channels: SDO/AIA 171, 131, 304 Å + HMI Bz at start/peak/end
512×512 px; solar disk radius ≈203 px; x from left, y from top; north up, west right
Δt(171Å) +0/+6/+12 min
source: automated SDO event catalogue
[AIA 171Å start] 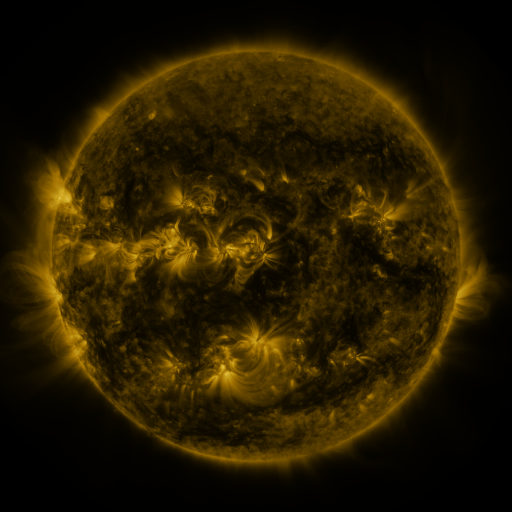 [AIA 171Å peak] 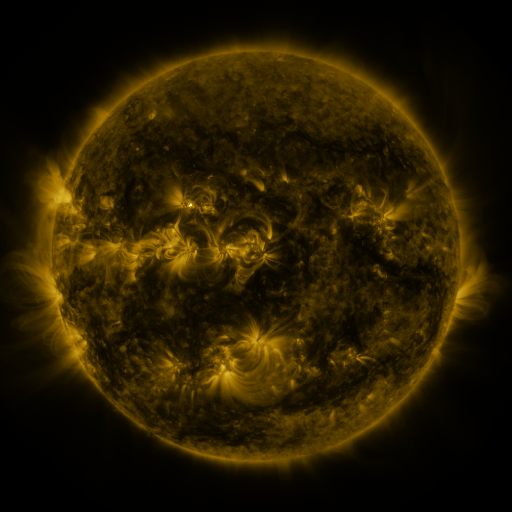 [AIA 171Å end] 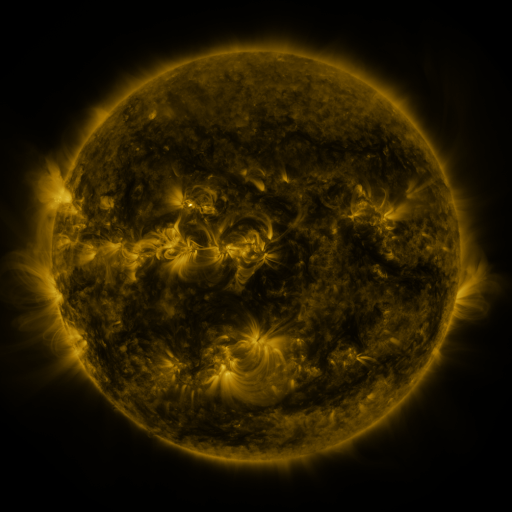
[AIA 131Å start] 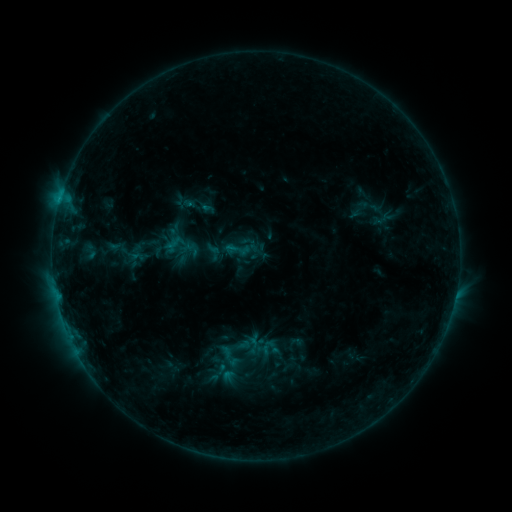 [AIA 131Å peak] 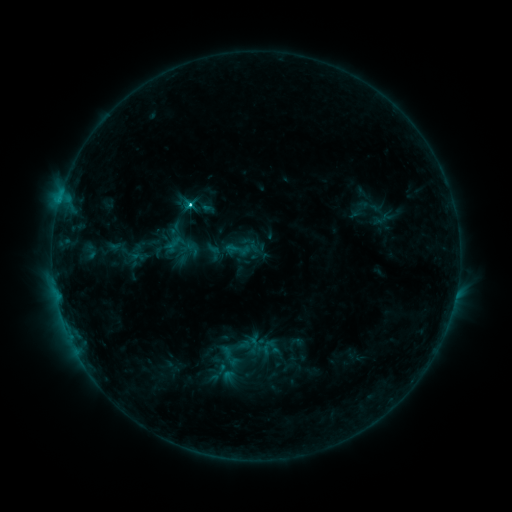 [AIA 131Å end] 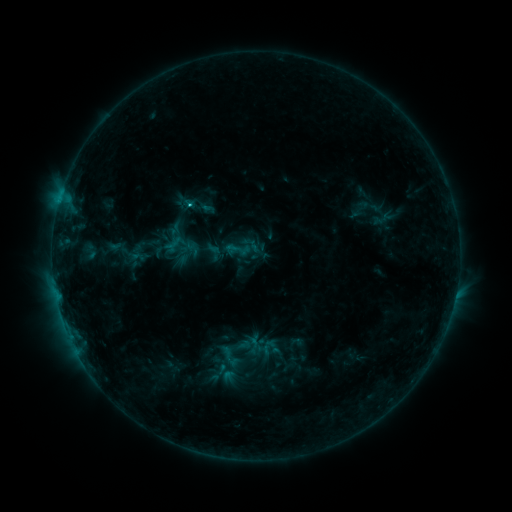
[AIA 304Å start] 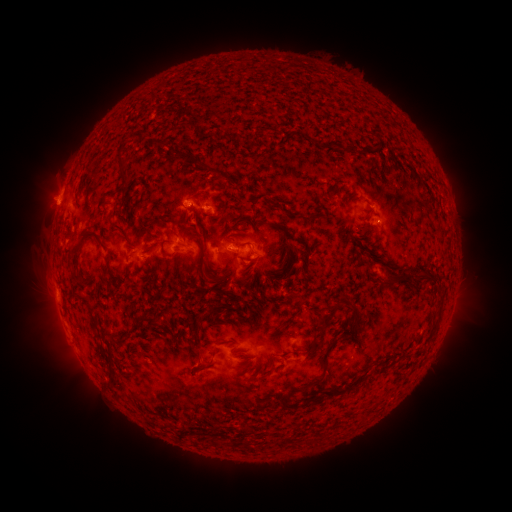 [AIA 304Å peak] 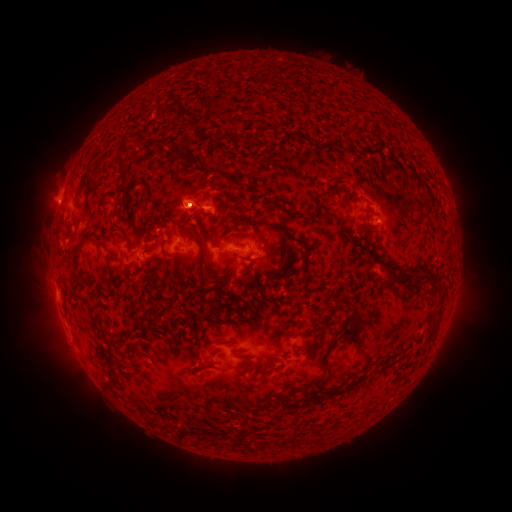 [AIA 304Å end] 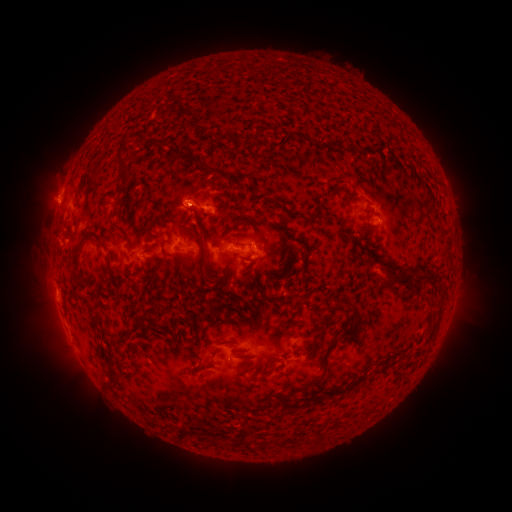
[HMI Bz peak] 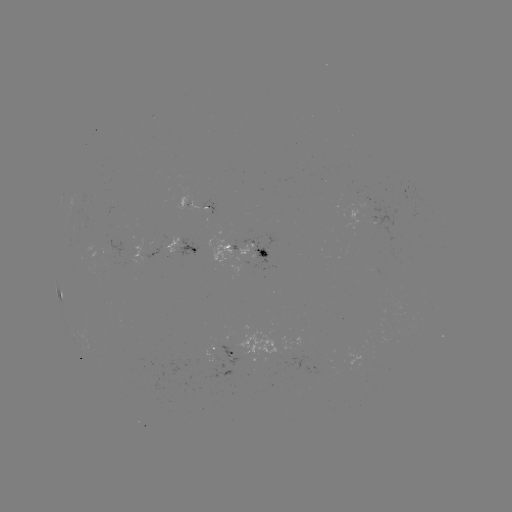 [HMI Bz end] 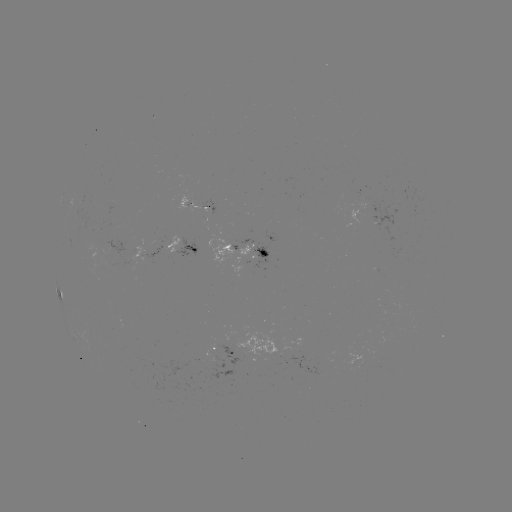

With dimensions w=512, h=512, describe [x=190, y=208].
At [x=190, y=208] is C1.6 flare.